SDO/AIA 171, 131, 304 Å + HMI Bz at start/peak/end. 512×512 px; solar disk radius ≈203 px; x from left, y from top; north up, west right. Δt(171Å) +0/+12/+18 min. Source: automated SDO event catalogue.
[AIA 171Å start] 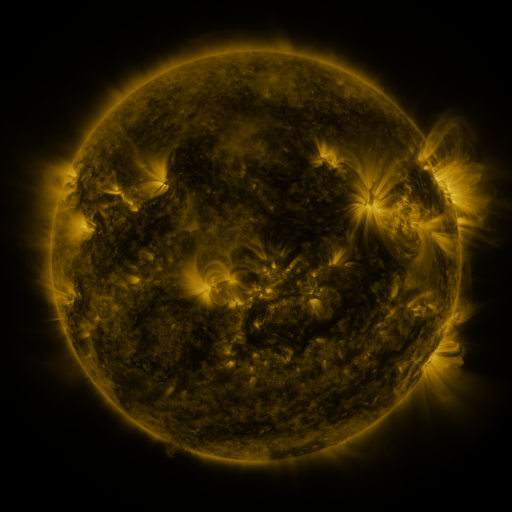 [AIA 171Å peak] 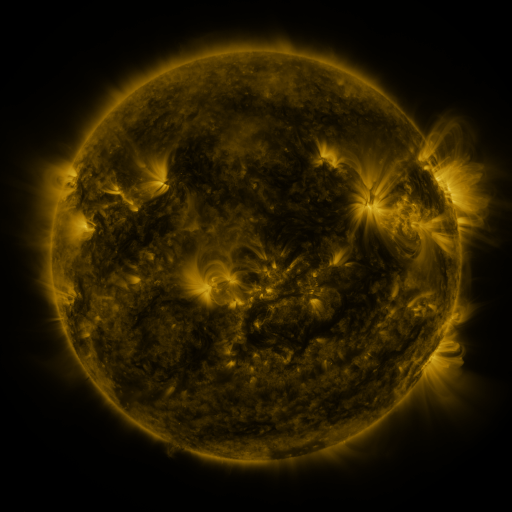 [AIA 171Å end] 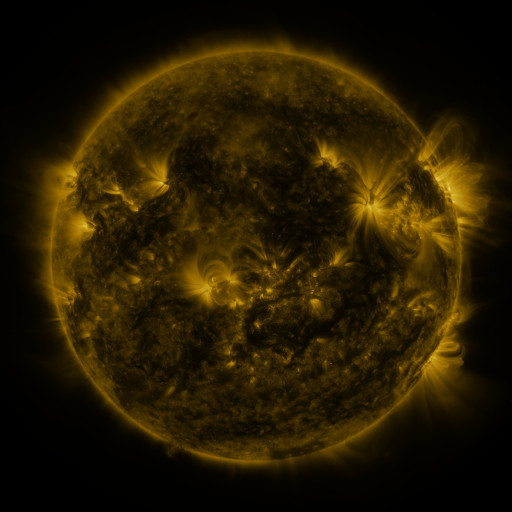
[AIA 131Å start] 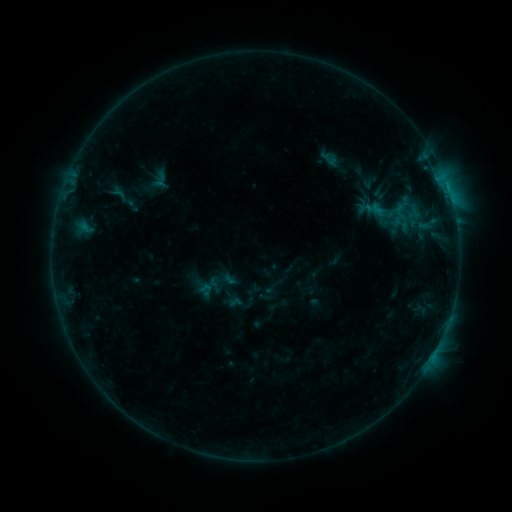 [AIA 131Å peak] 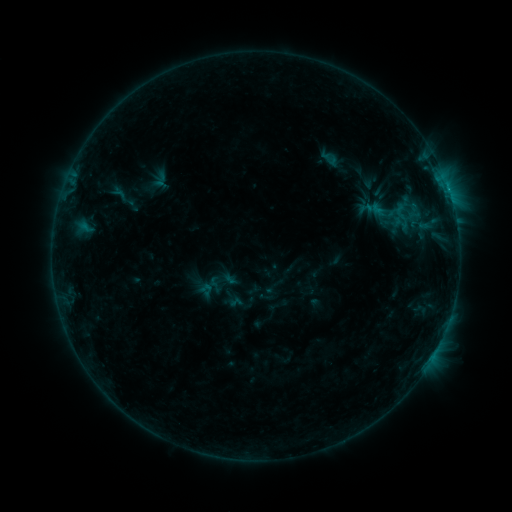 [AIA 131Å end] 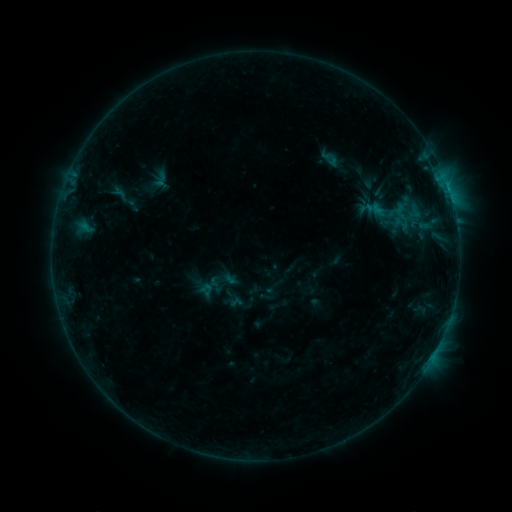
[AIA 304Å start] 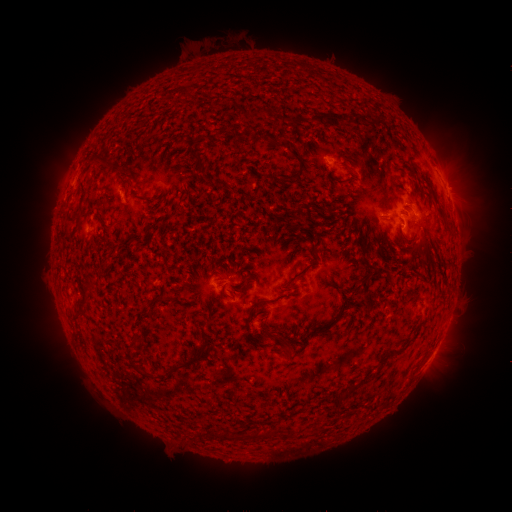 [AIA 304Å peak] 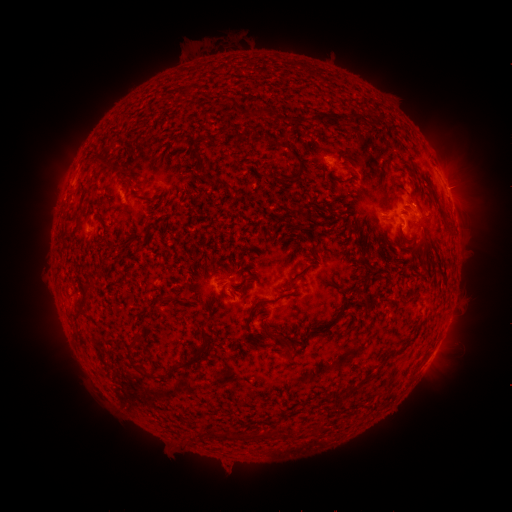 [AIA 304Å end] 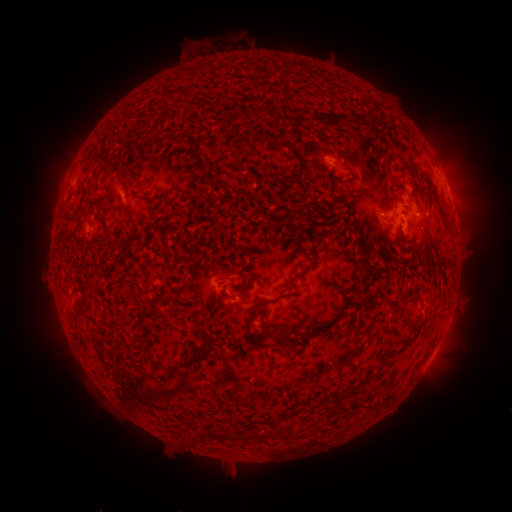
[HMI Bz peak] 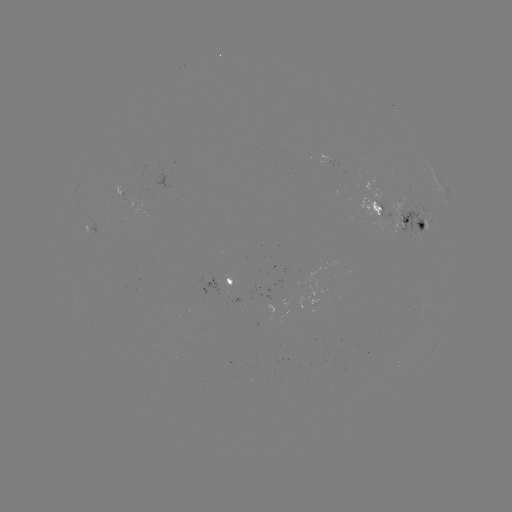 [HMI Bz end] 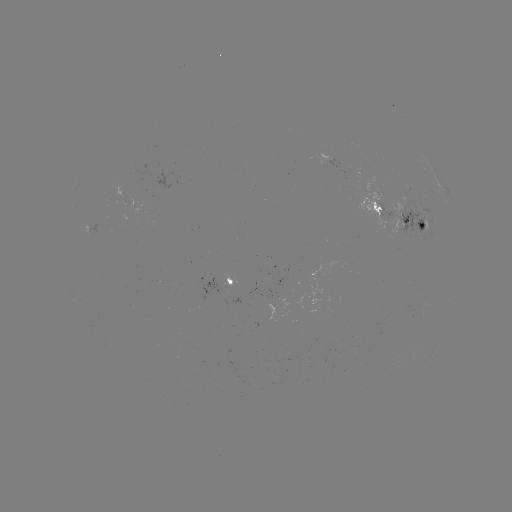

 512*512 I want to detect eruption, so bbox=[214, 452, 251, 488].